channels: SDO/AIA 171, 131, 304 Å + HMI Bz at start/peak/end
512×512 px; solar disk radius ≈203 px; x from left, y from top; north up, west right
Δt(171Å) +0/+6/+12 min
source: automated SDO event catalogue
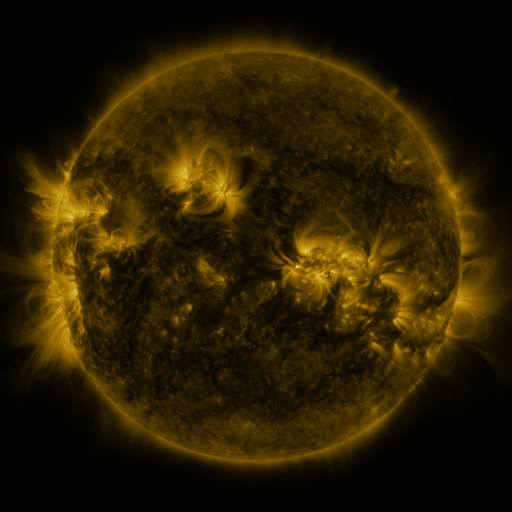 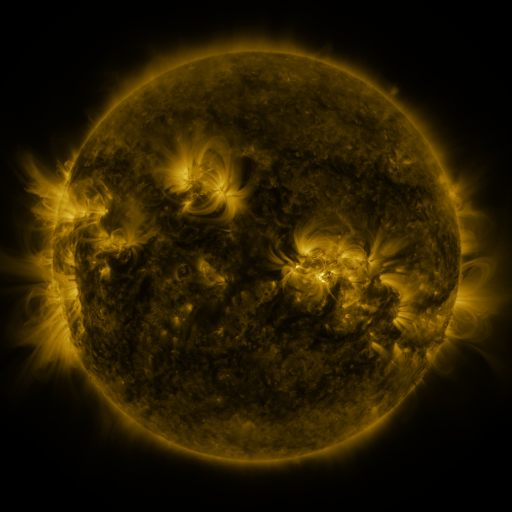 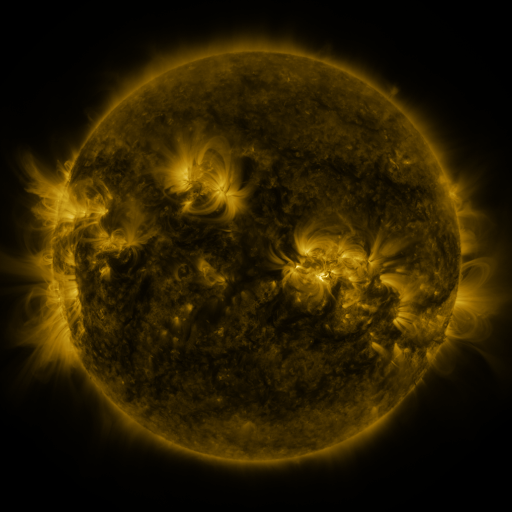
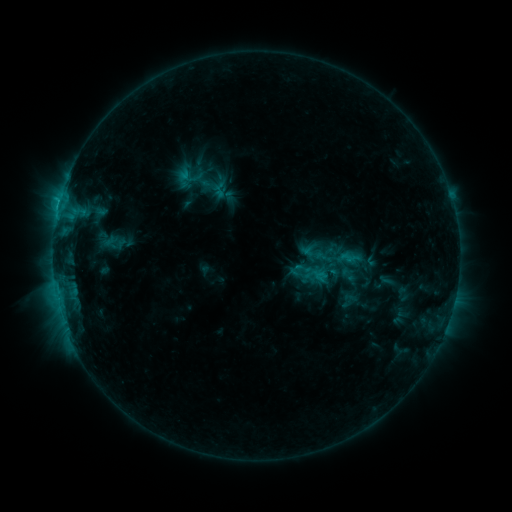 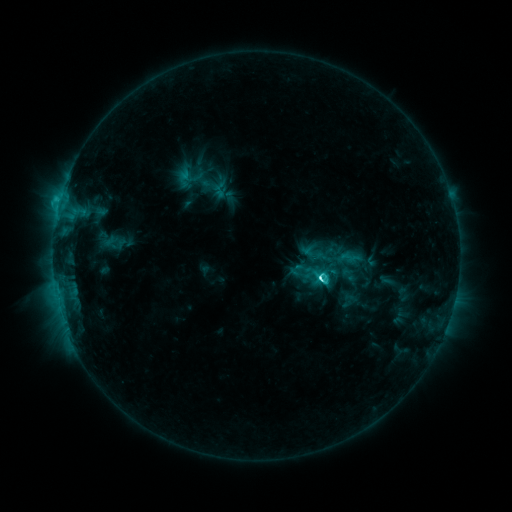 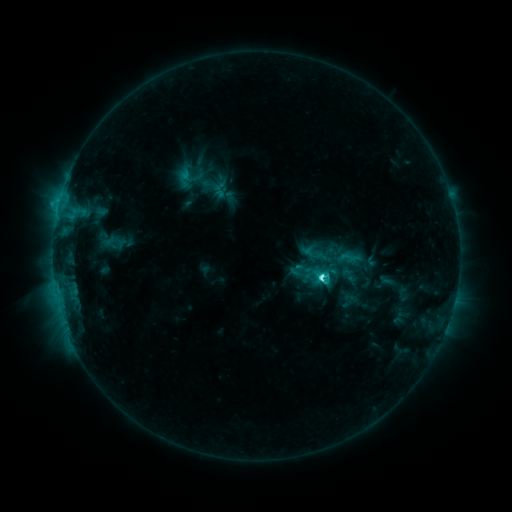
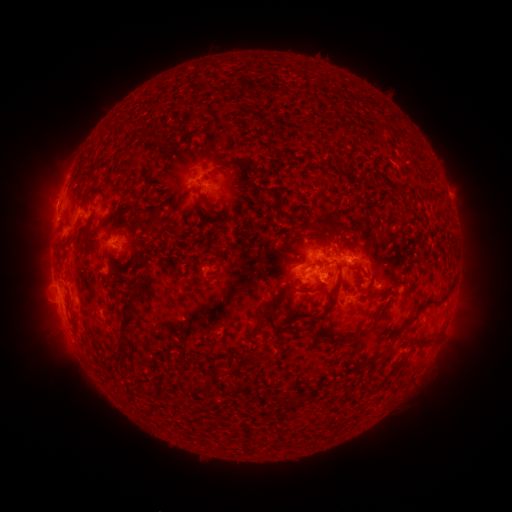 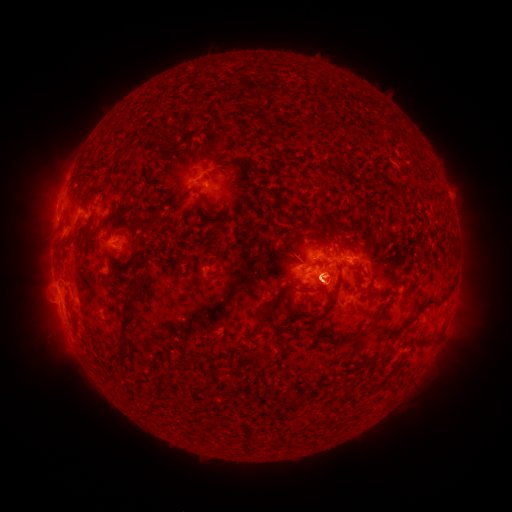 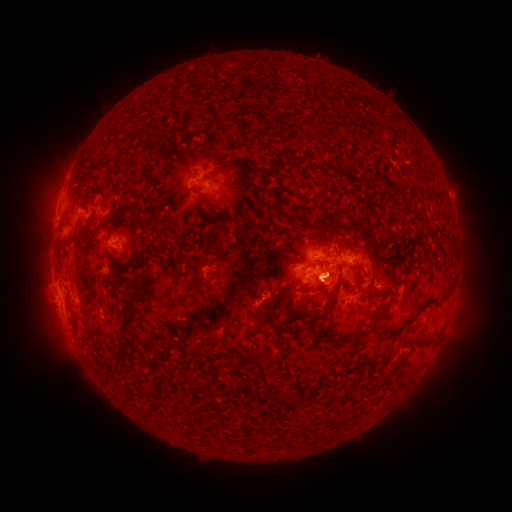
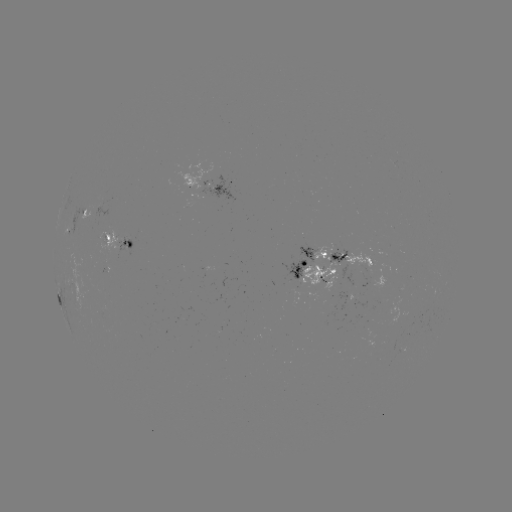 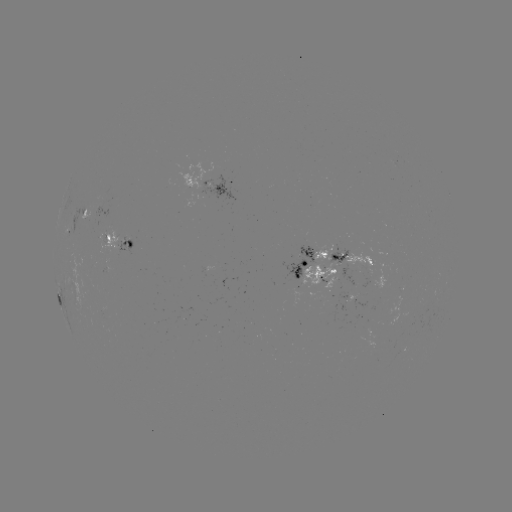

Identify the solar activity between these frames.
C5.0 flare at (317, 274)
